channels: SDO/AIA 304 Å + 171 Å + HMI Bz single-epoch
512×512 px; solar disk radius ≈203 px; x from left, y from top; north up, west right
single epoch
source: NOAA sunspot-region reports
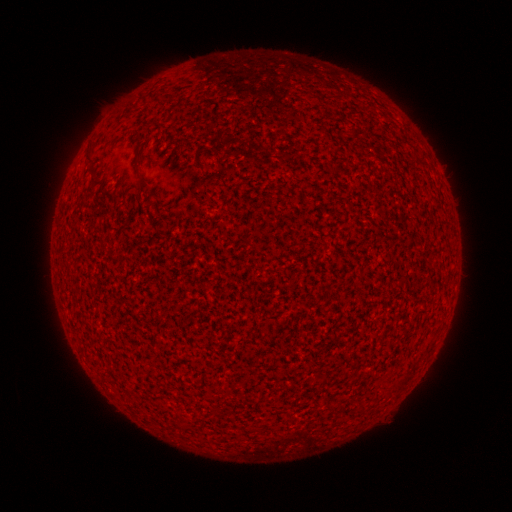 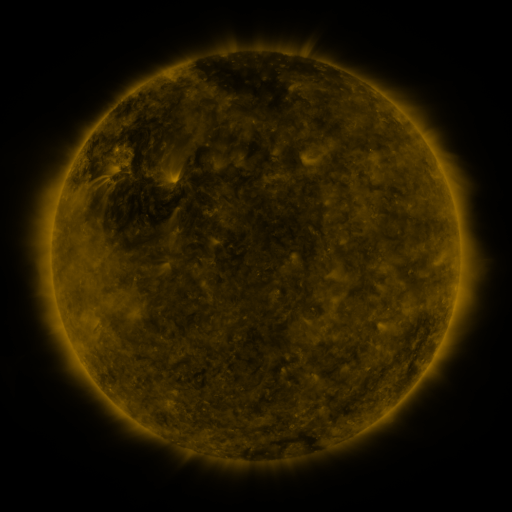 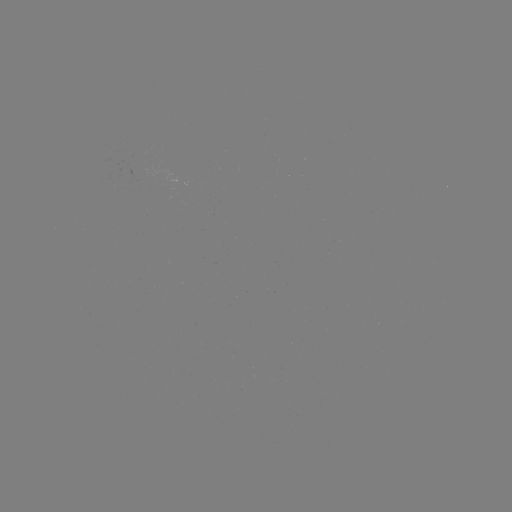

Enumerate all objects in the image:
(none)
